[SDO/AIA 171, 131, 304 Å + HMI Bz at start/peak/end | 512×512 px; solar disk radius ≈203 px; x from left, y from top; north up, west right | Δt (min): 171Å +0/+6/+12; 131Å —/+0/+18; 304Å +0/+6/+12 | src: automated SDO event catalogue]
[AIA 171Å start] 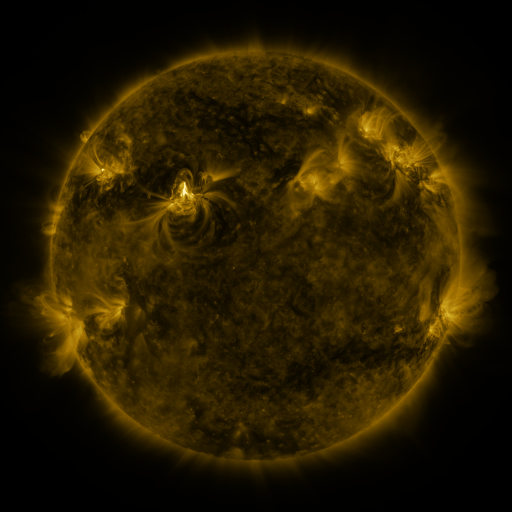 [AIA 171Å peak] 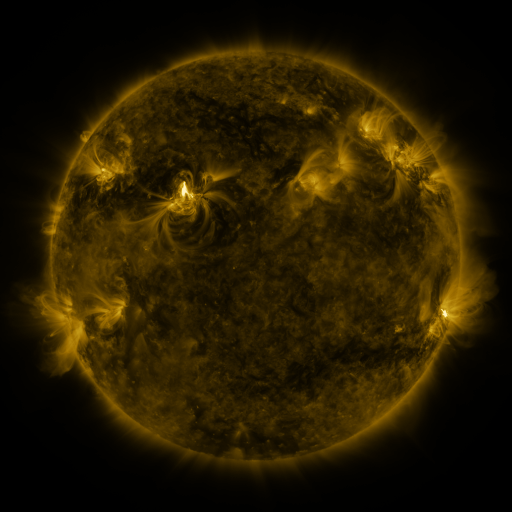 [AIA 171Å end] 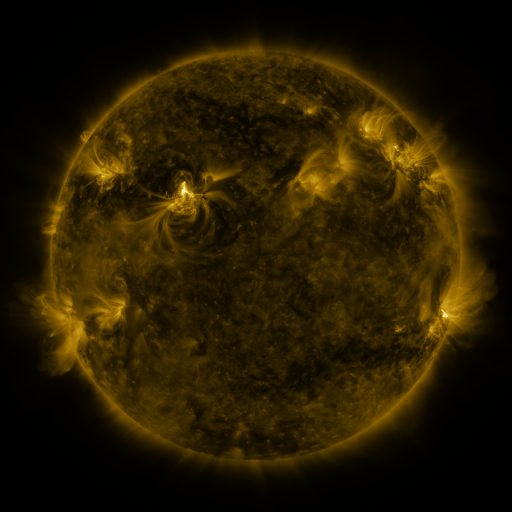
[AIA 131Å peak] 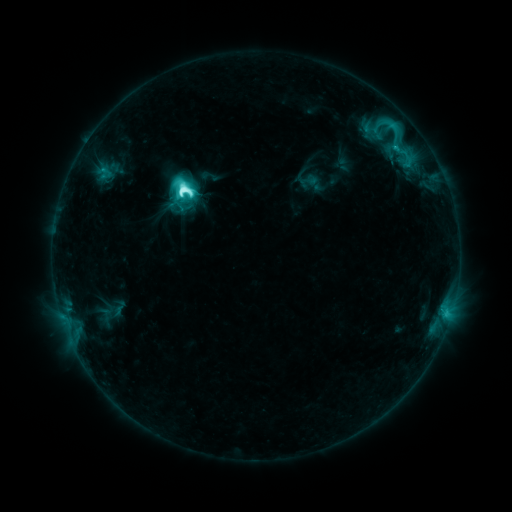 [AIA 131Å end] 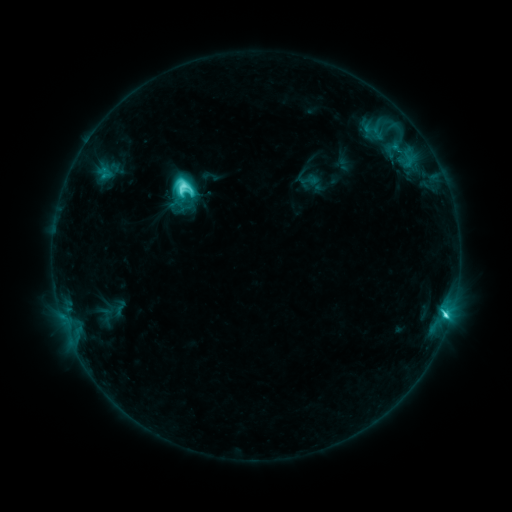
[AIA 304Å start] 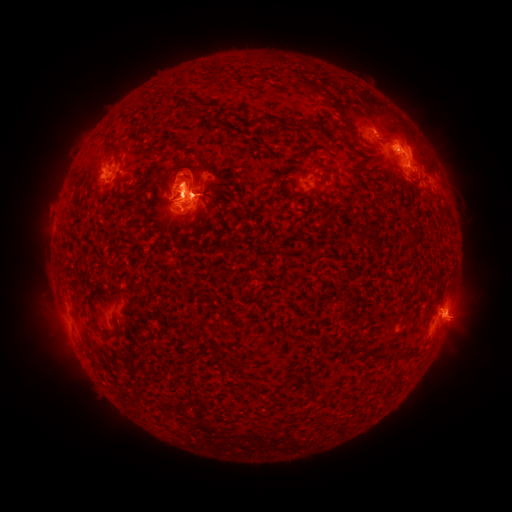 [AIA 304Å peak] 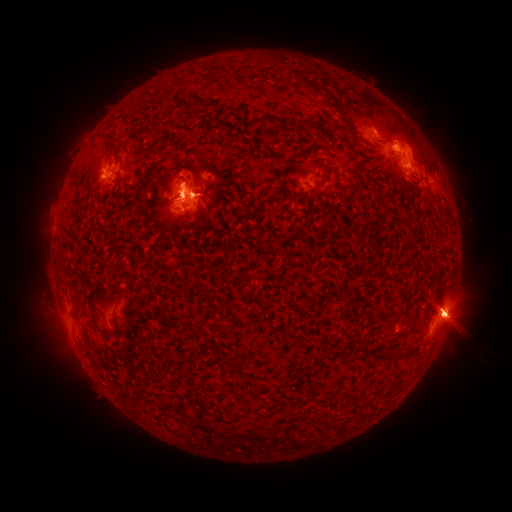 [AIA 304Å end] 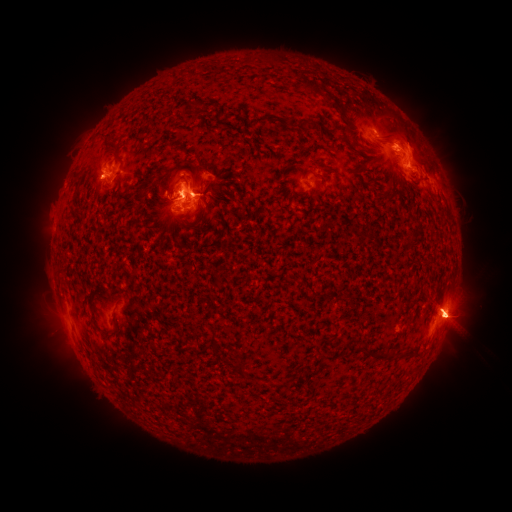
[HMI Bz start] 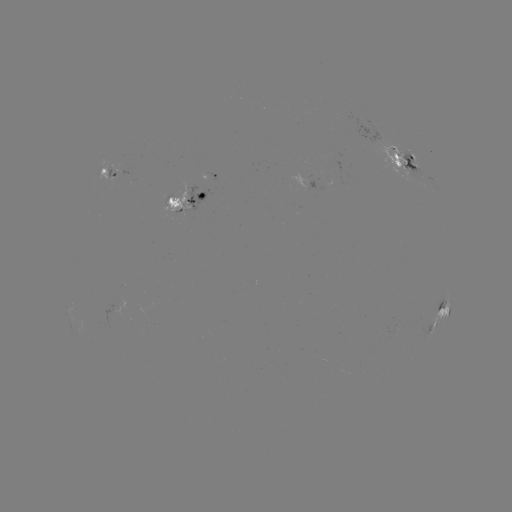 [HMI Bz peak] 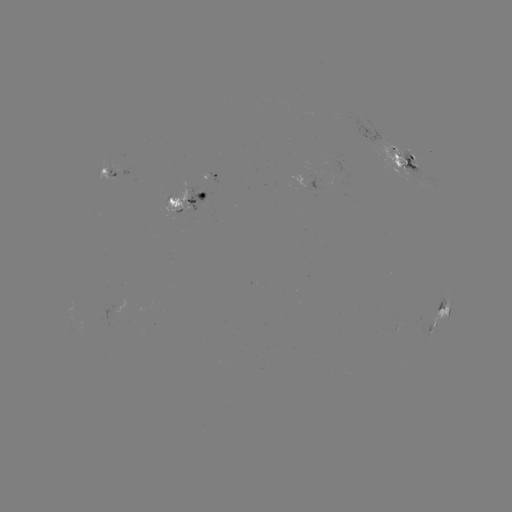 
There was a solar eruption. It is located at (57, 342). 